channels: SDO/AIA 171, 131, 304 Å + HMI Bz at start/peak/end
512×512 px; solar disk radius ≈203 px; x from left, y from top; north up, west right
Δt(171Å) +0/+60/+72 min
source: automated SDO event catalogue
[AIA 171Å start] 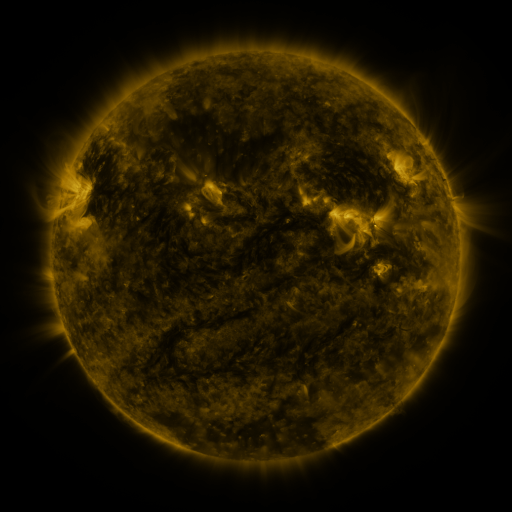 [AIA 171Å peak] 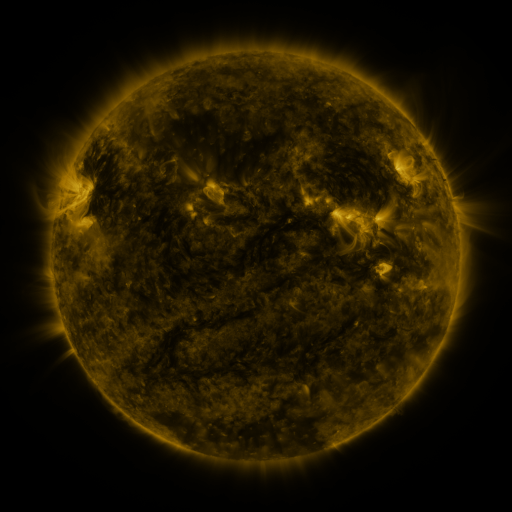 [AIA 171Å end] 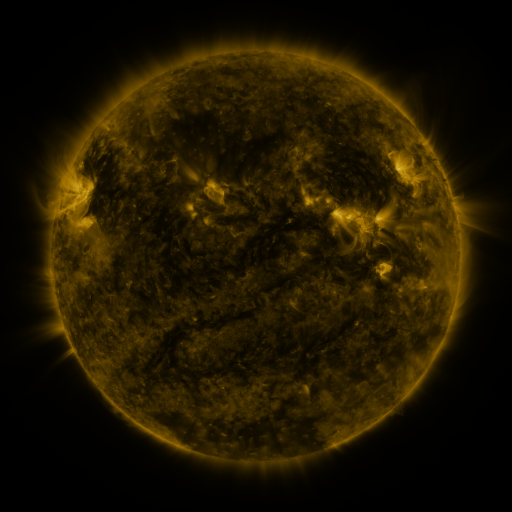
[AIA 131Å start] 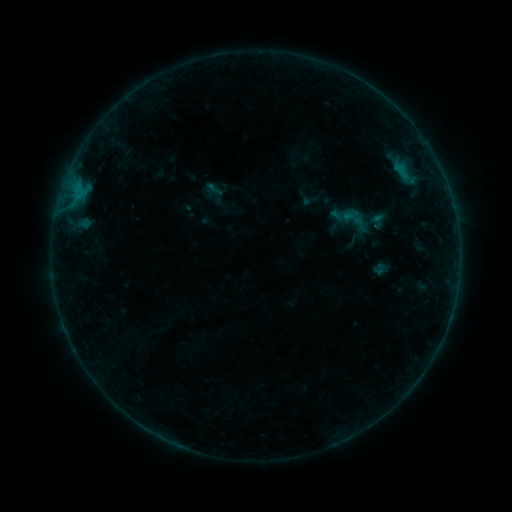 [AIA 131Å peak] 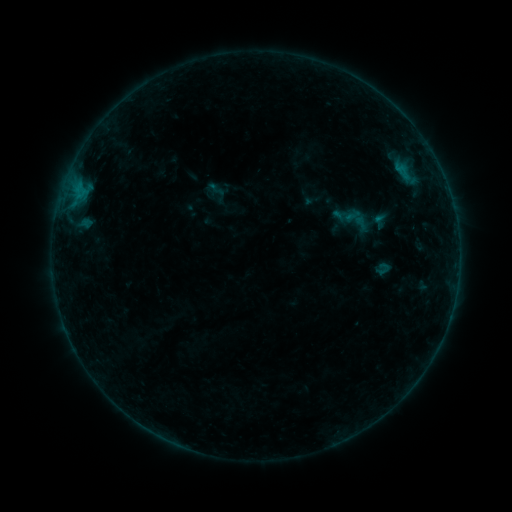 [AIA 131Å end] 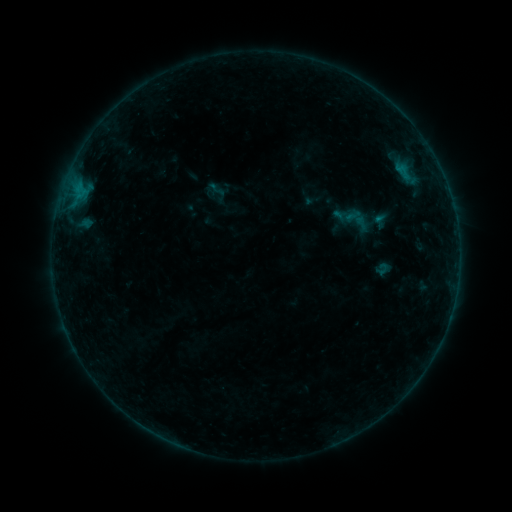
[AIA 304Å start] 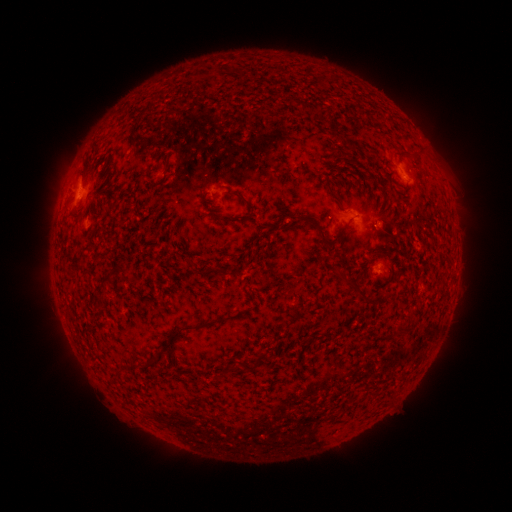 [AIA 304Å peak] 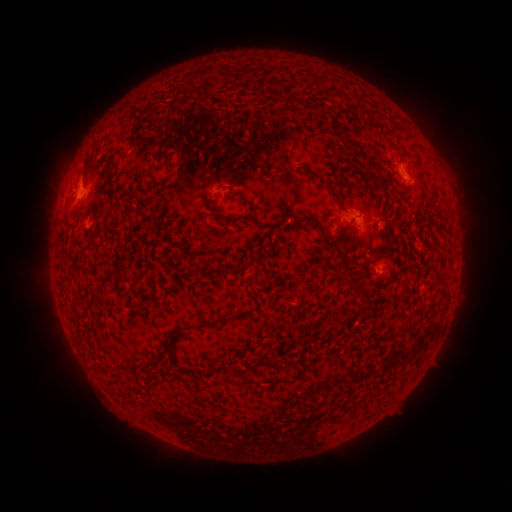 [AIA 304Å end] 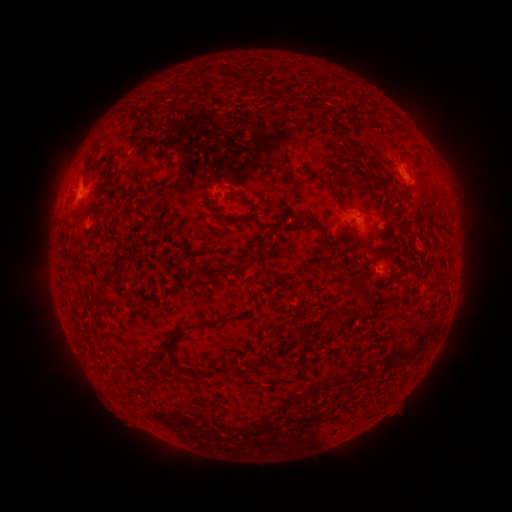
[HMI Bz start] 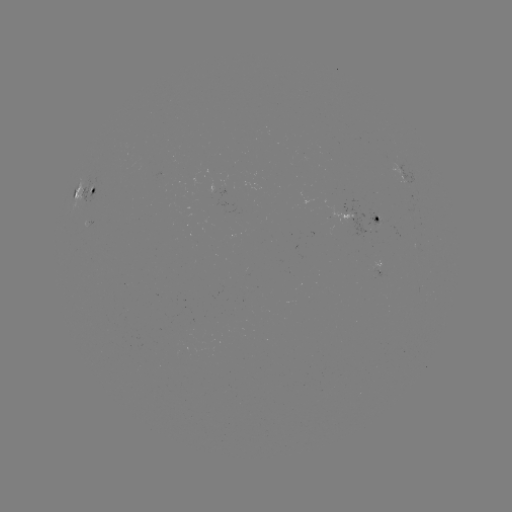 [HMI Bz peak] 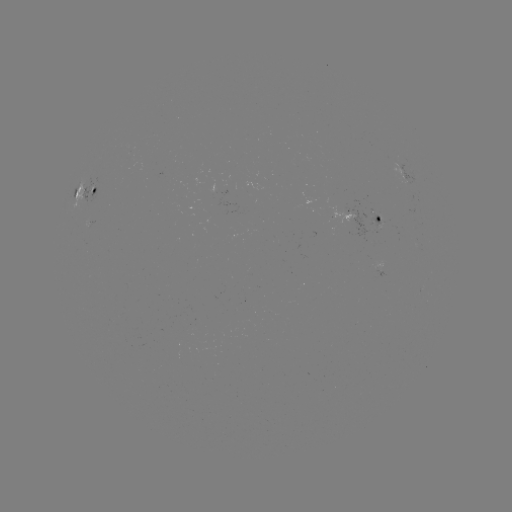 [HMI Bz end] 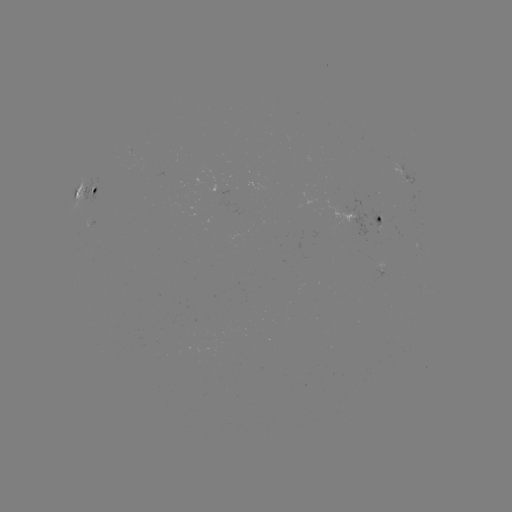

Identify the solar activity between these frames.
emerging-flux region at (162, 174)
